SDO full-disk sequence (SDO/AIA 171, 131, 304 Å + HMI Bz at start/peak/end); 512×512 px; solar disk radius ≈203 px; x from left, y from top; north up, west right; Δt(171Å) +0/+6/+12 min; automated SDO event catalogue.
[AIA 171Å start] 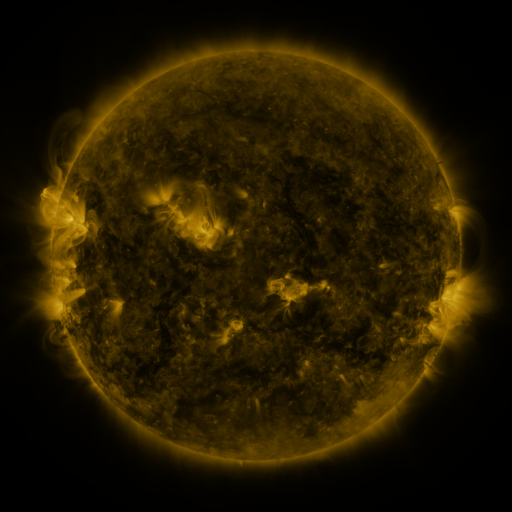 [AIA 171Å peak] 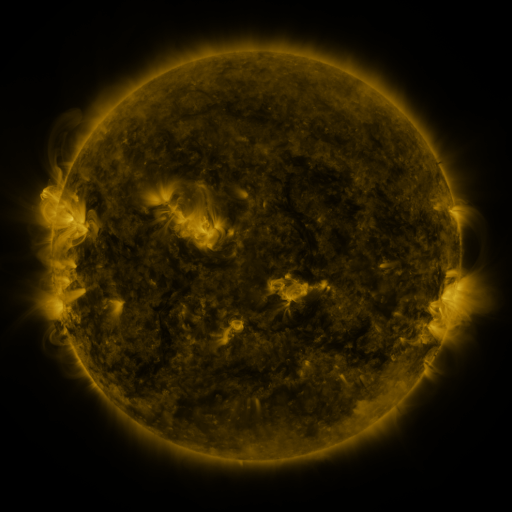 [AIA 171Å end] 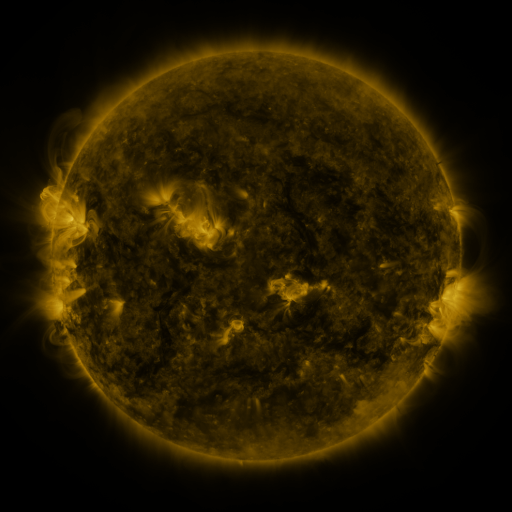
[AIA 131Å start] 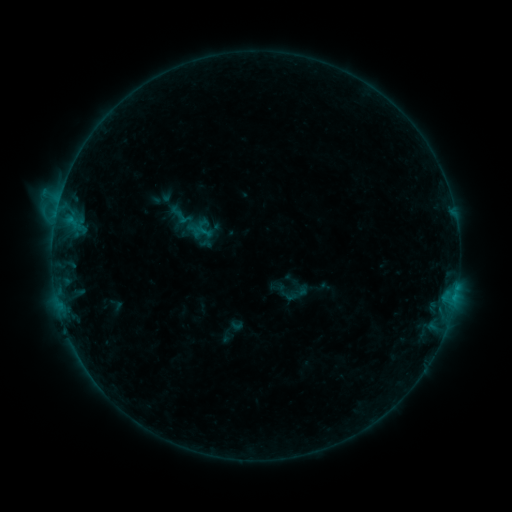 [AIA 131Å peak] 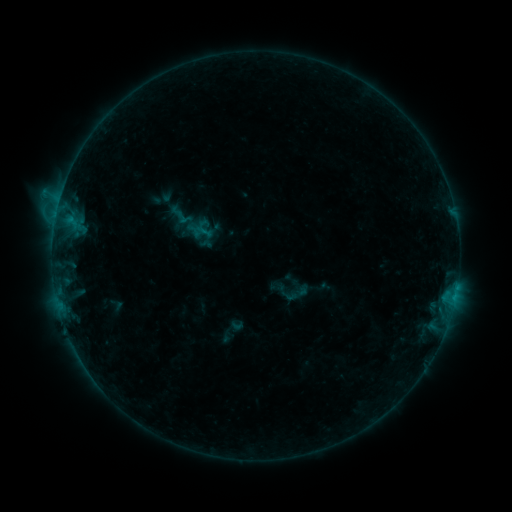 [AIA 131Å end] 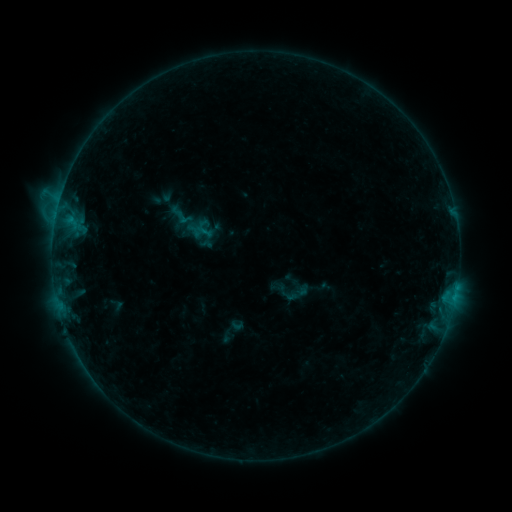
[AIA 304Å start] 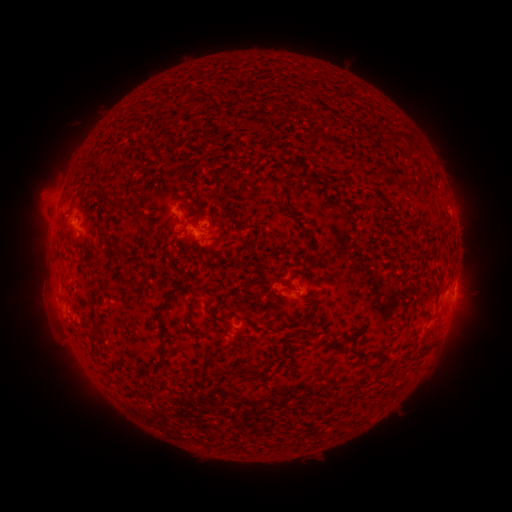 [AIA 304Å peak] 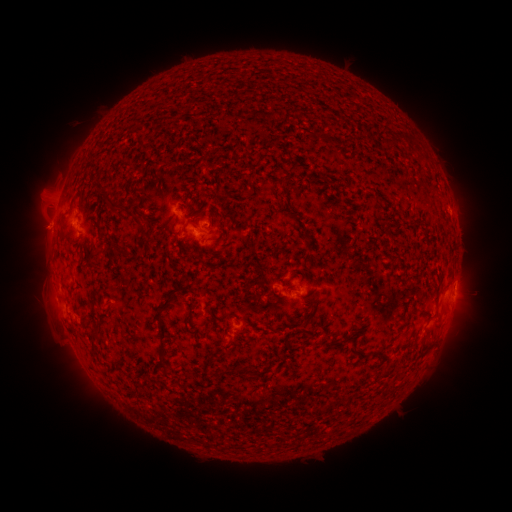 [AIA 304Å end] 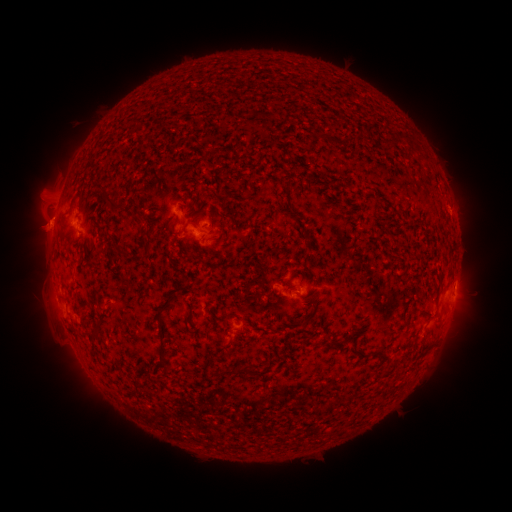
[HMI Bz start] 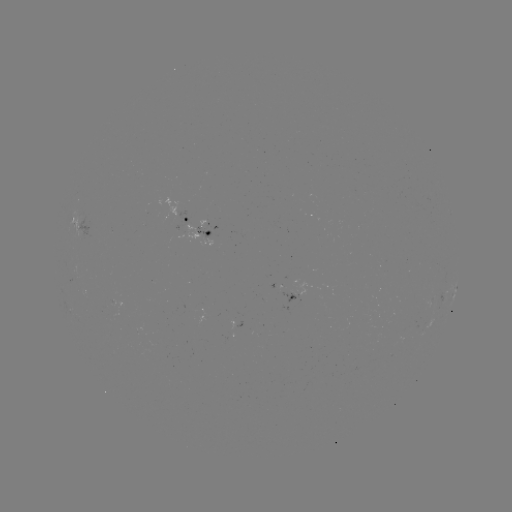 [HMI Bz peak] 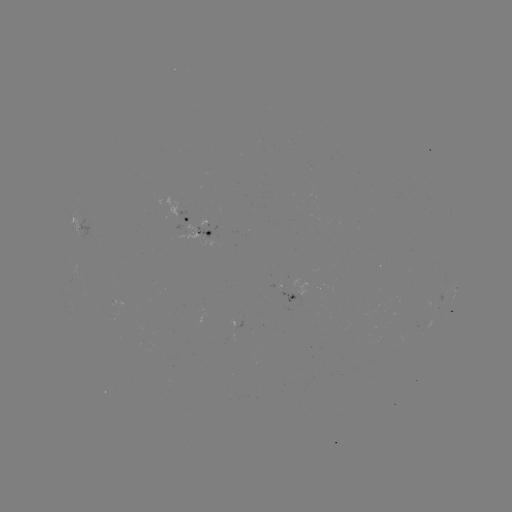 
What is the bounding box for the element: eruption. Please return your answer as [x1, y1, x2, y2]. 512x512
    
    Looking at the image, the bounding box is [15, 200, 70, 253].